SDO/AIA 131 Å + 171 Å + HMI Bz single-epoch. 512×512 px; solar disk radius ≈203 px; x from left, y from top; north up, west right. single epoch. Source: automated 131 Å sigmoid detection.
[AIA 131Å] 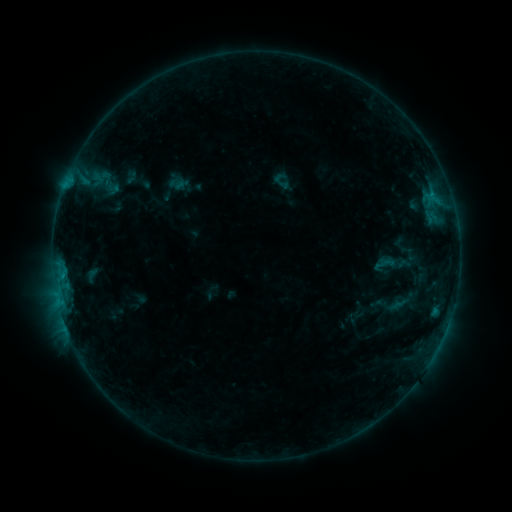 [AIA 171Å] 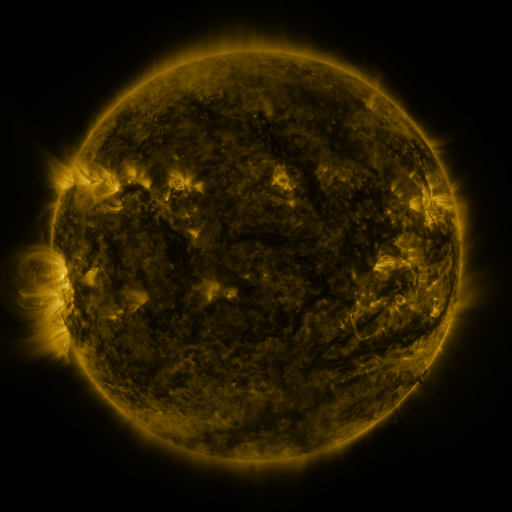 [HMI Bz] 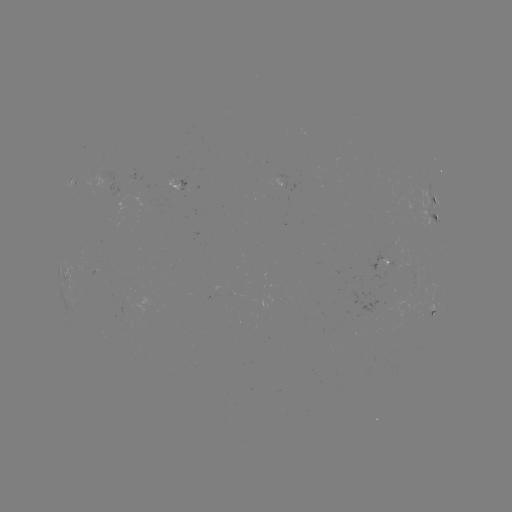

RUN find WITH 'sigmoid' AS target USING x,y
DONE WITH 391,328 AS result